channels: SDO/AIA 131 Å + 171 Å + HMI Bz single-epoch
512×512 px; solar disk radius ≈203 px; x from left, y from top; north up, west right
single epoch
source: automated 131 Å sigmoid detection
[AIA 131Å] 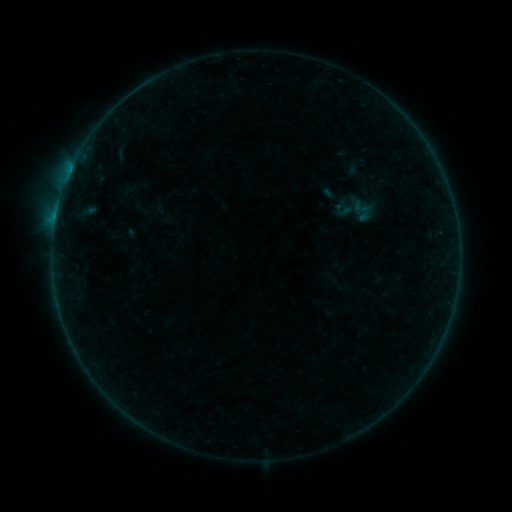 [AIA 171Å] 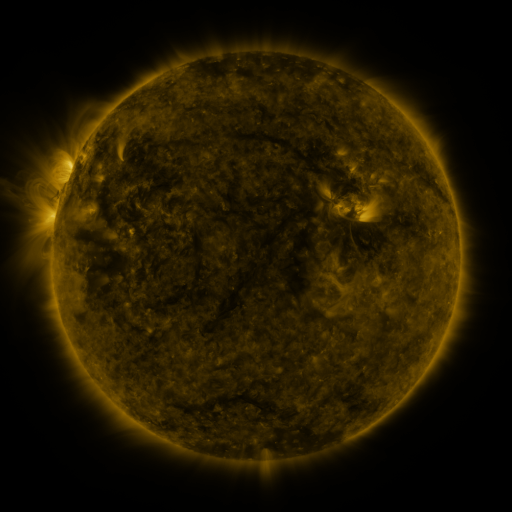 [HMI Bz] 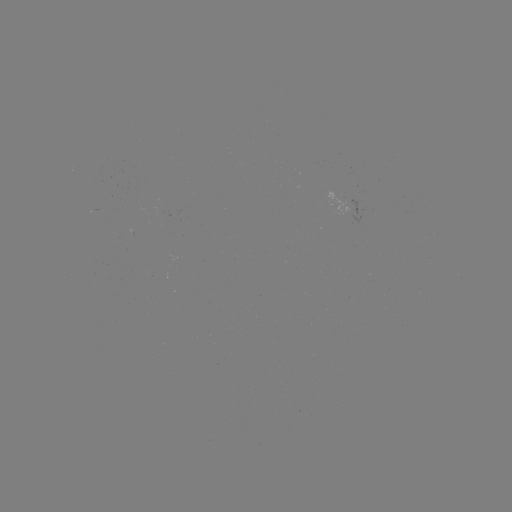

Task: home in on sigmoid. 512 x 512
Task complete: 344,211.